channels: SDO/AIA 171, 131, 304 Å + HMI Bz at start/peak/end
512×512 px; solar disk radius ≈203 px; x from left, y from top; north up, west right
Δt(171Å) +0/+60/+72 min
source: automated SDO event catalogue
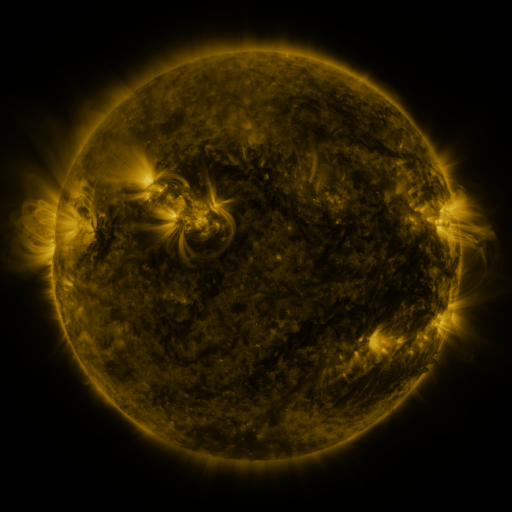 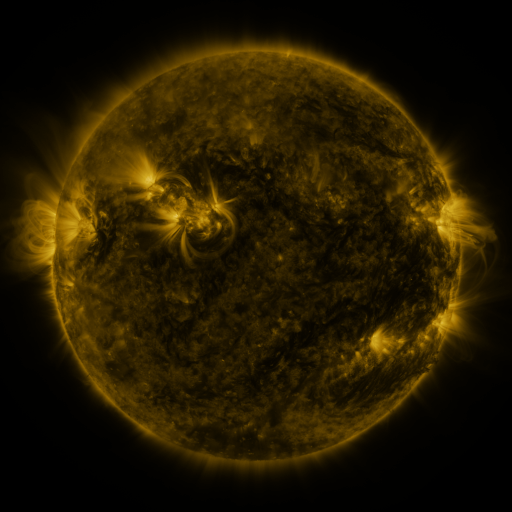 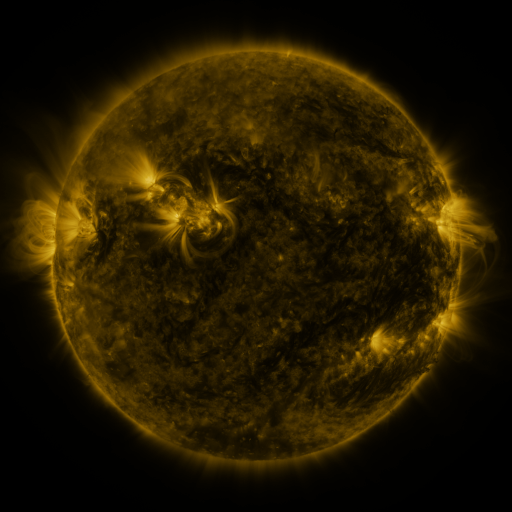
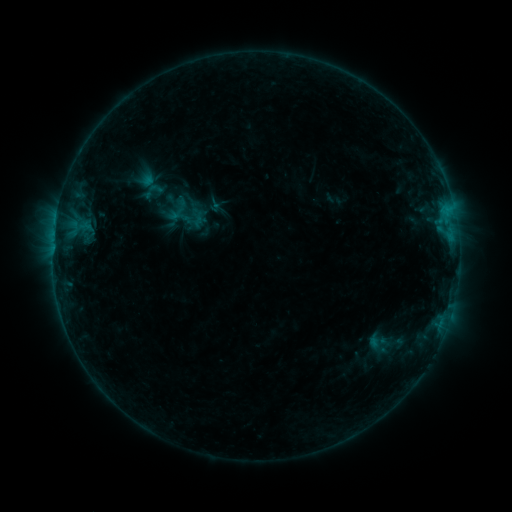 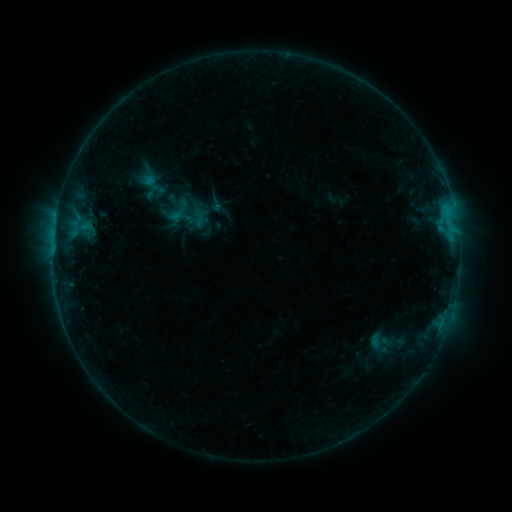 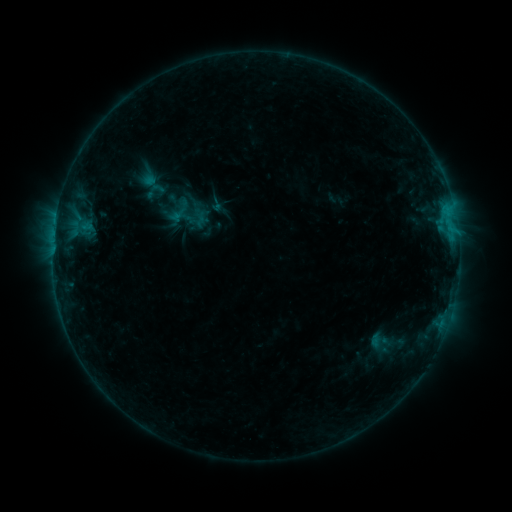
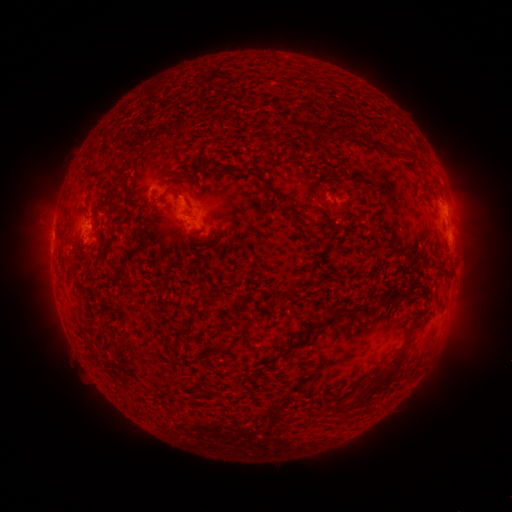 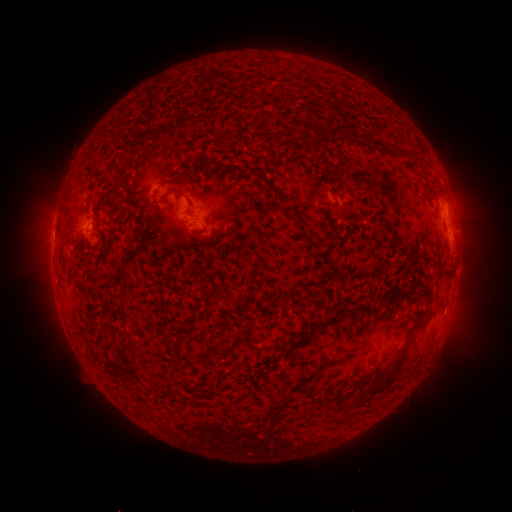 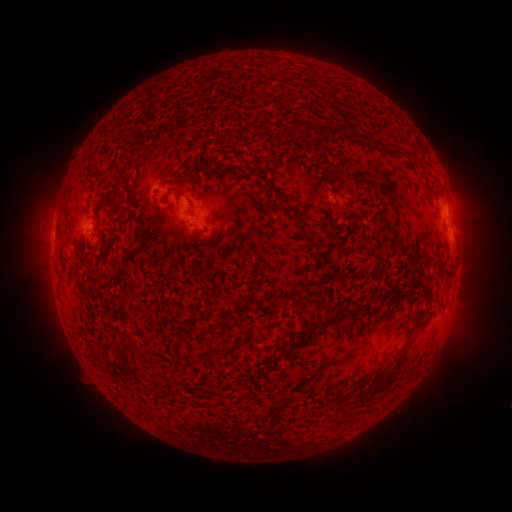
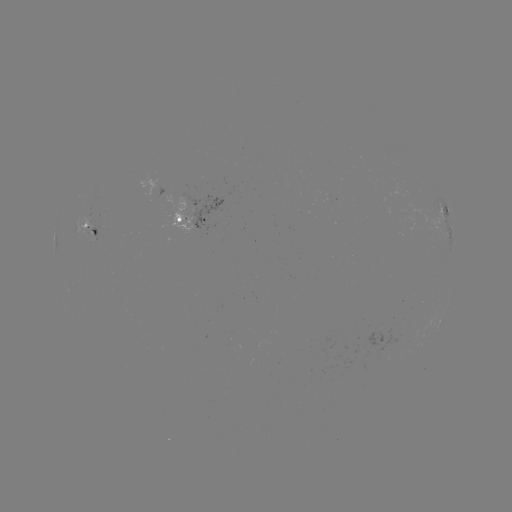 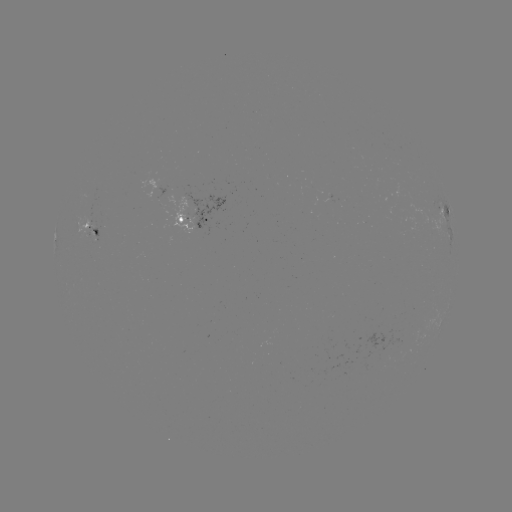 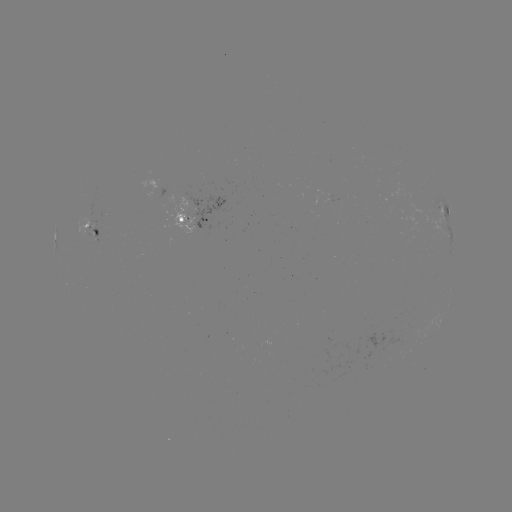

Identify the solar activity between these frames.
emerging-flux region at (90, 222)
